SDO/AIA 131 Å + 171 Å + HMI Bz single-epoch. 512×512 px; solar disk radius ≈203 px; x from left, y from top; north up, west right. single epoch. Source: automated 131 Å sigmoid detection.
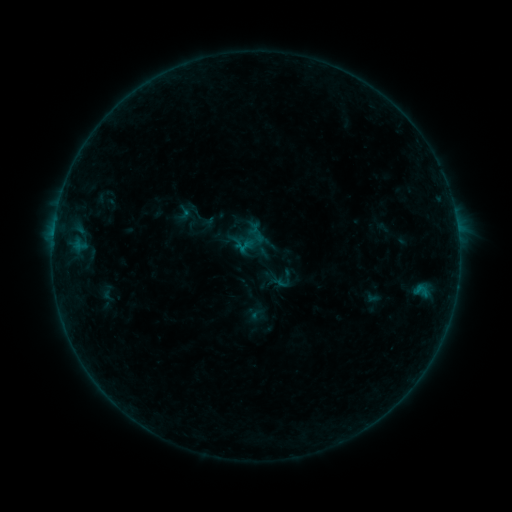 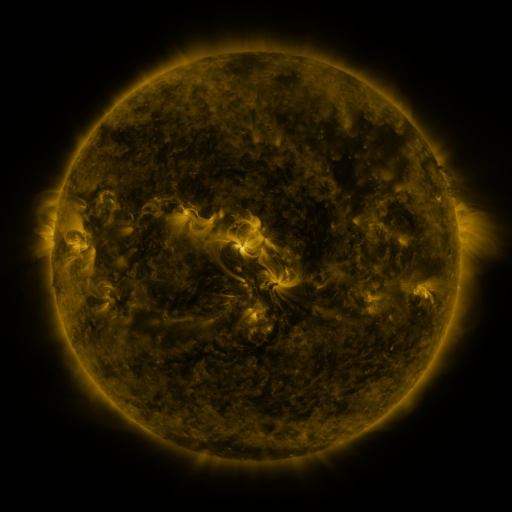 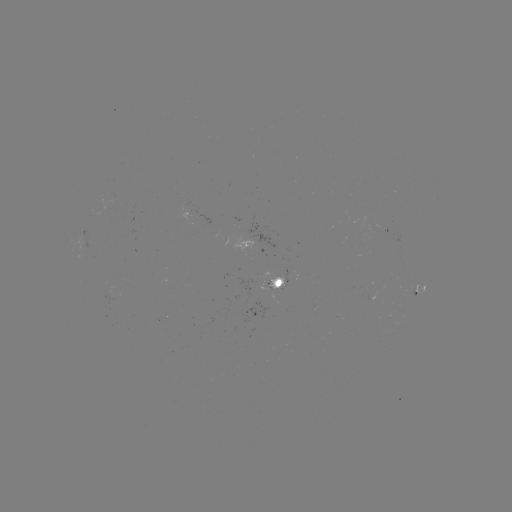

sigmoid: [175, 204, 193, 221]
